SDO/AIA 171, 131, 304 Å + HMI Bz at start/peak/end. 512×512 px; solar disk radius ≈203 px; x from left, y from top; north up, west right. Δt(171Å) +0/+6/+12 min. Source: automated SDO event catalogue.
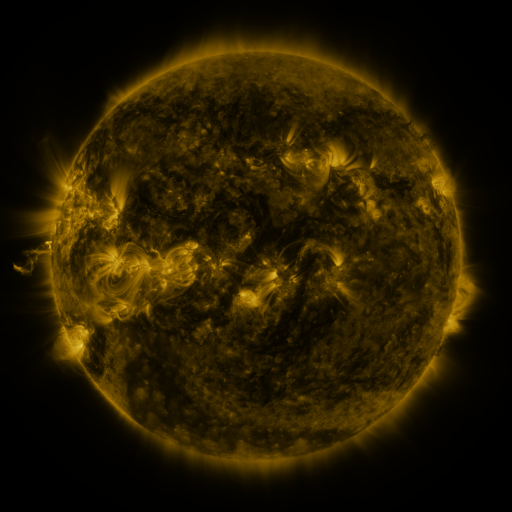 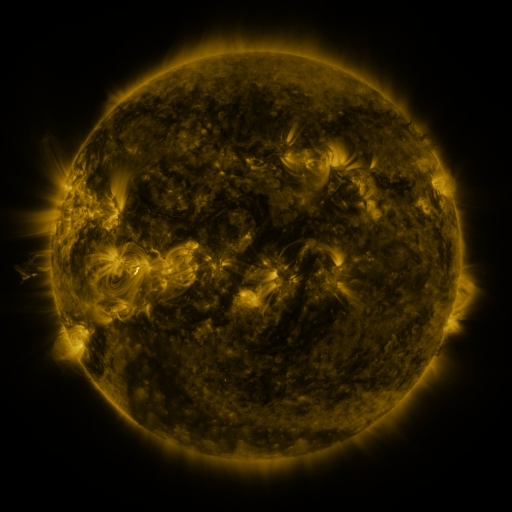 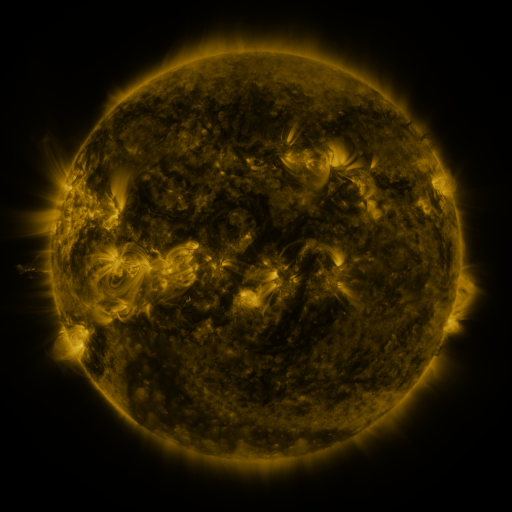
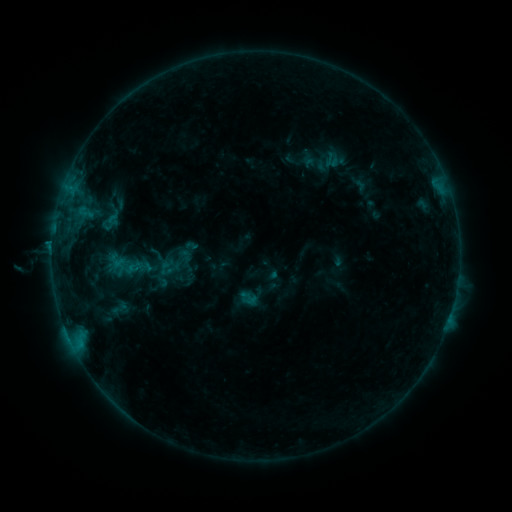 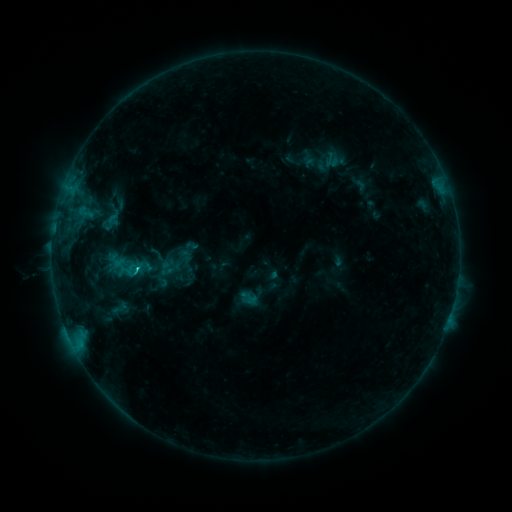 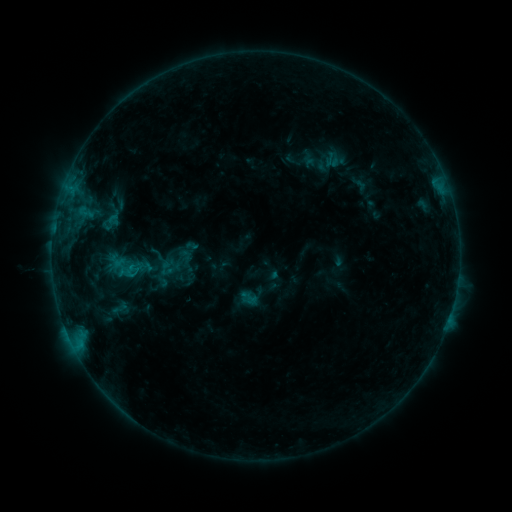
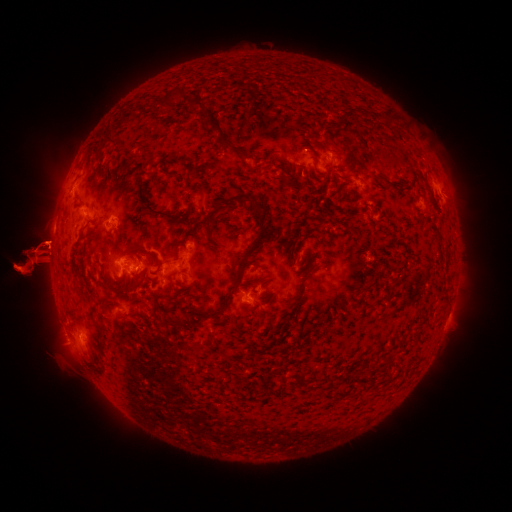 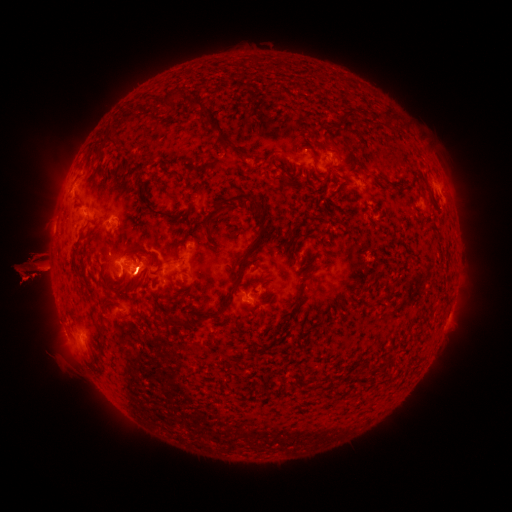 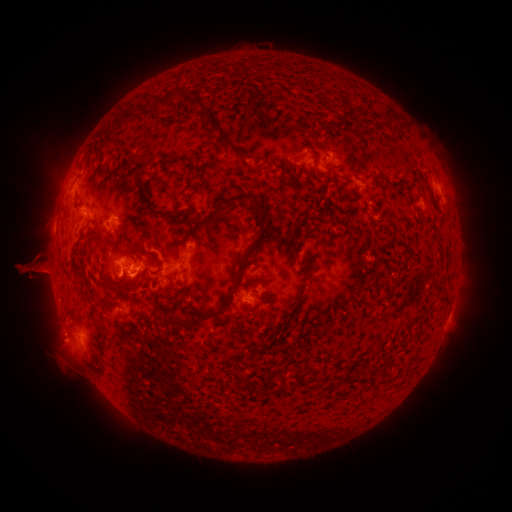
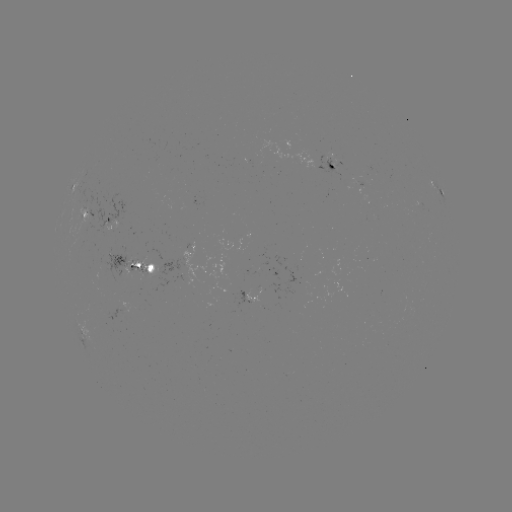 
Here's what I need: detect C1.0 flare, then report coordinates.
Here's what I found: C1.0 flare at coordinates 80,342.